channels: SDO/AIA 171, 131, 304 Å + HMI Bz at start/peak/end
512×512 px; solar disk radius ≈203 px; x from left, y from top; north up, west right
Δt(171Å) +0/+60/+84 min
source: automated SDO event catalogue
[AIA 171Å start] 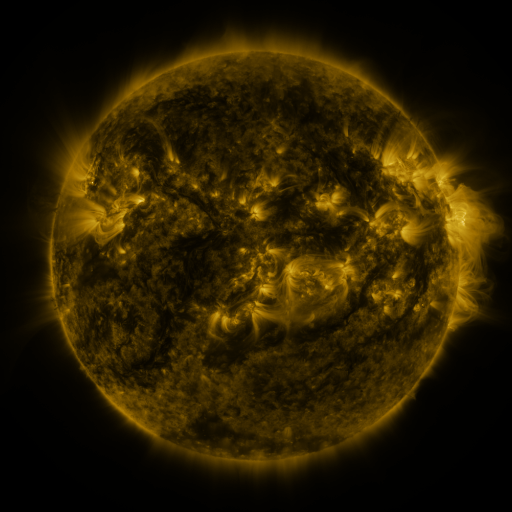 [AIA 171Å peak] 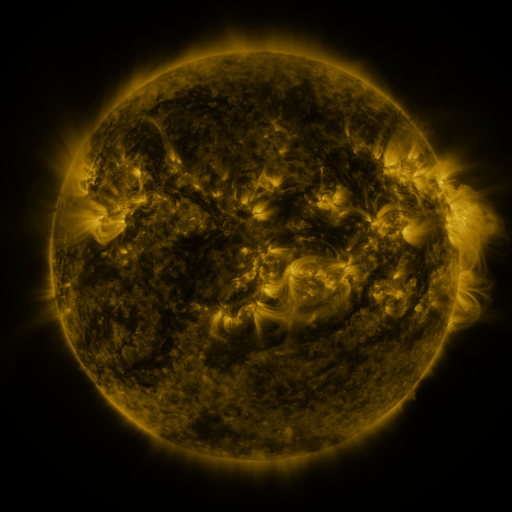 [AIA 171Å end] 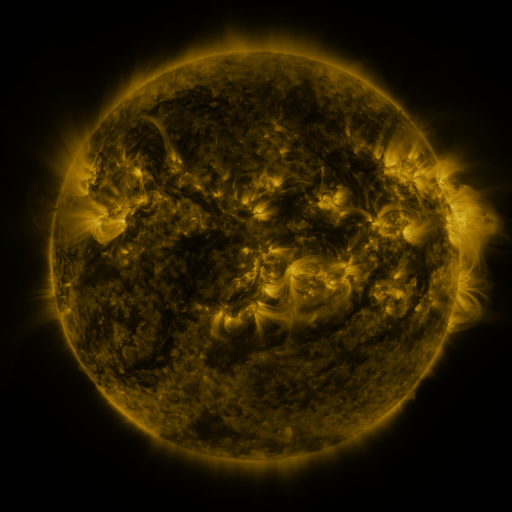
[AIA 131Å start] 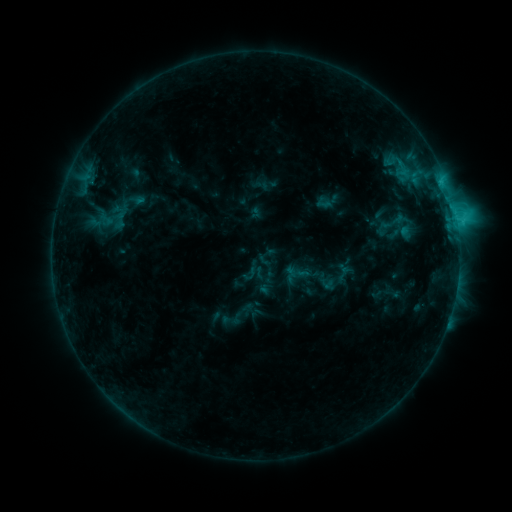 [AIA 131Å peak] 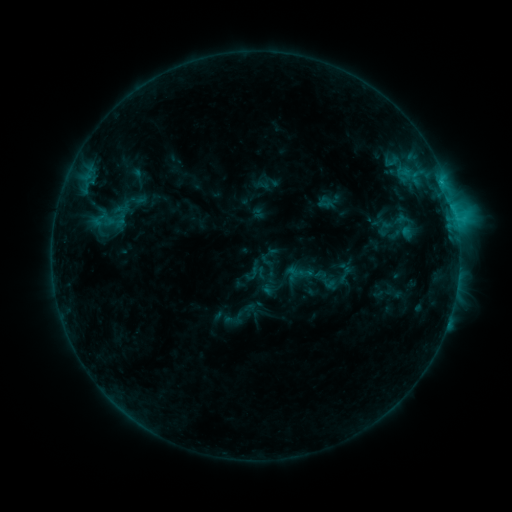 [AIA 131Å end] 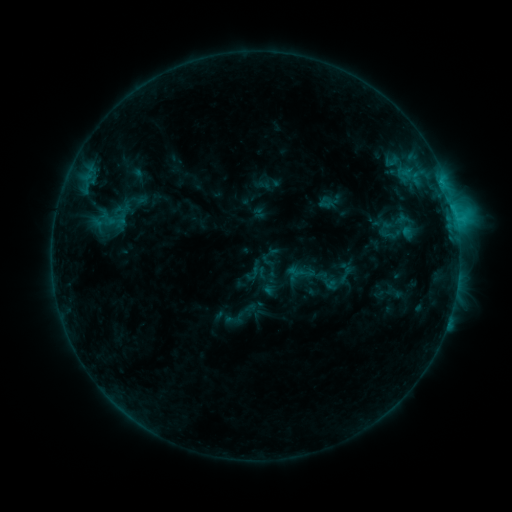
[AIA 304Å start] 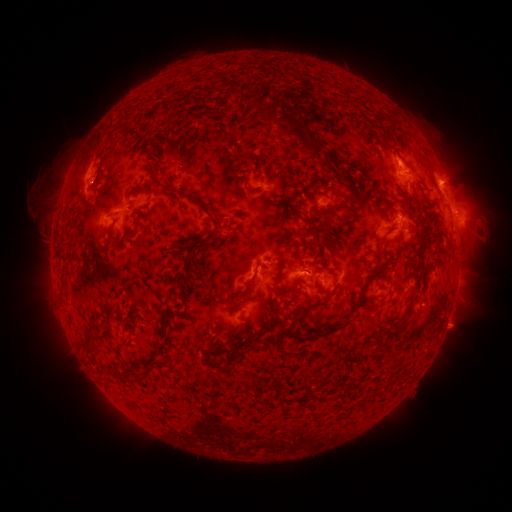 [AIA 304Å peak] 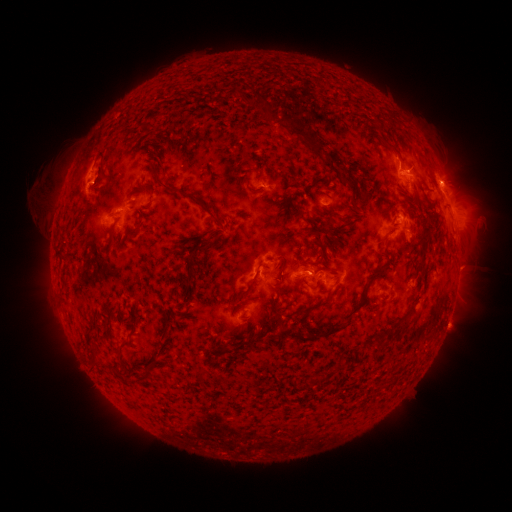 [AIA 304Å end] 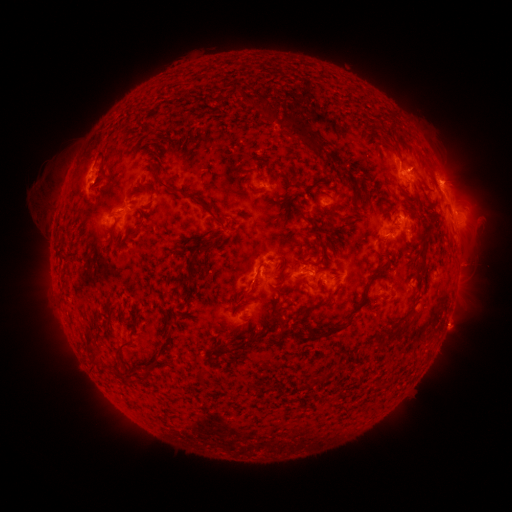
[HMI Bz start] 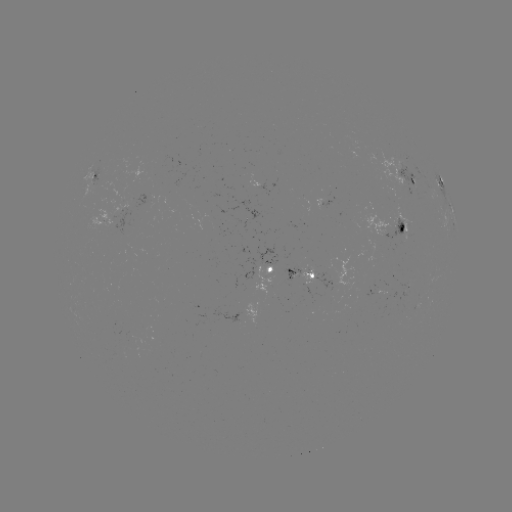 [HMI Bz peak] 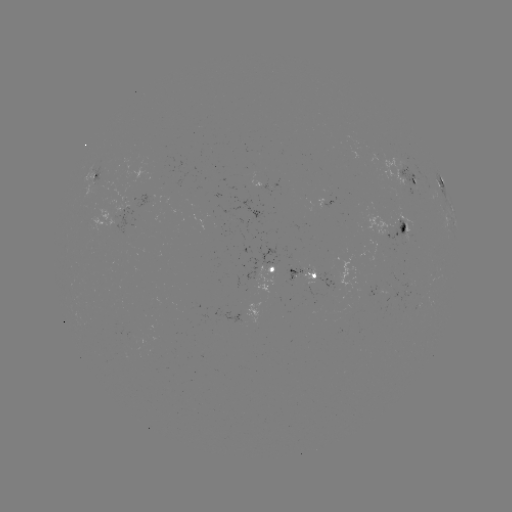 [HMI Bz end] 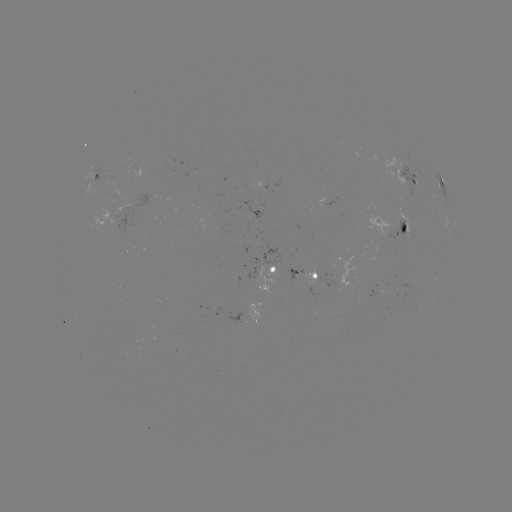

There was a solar emerging-flux region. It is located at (299, 271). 